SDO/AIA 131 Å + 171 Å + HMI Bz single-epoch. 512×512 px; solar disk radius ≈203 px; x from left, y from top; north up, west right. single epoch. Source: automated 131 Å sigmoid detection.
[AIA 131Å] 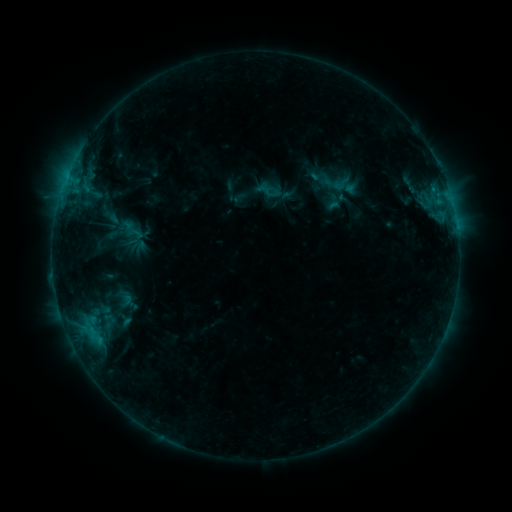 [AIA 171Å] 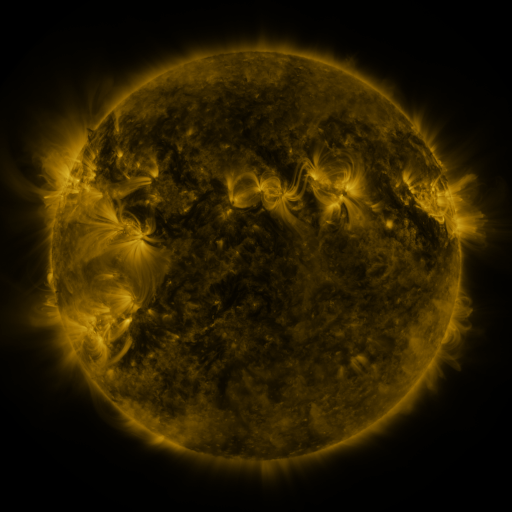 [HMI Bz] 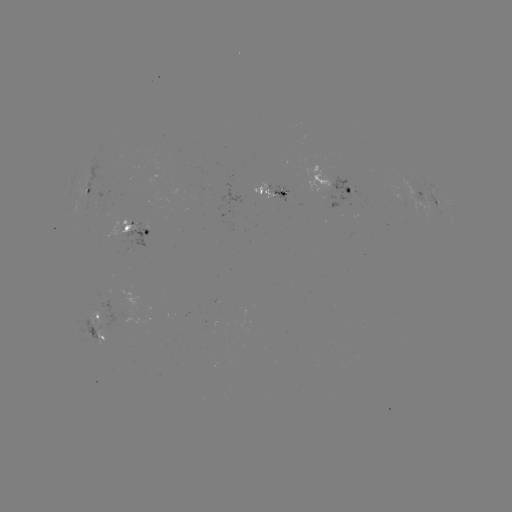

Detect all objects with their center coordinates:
sigmoid: <bbox>328, 174, 354, 193</bbox>
